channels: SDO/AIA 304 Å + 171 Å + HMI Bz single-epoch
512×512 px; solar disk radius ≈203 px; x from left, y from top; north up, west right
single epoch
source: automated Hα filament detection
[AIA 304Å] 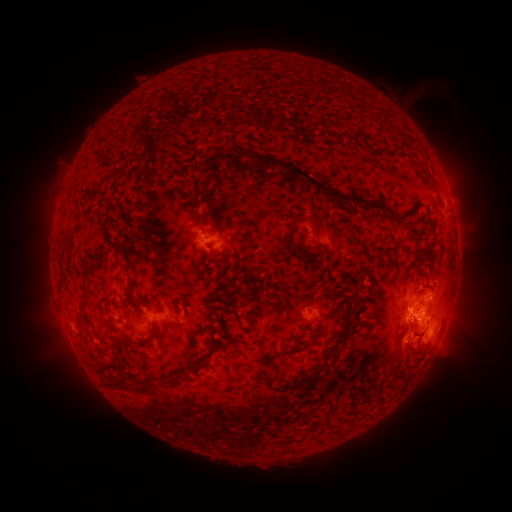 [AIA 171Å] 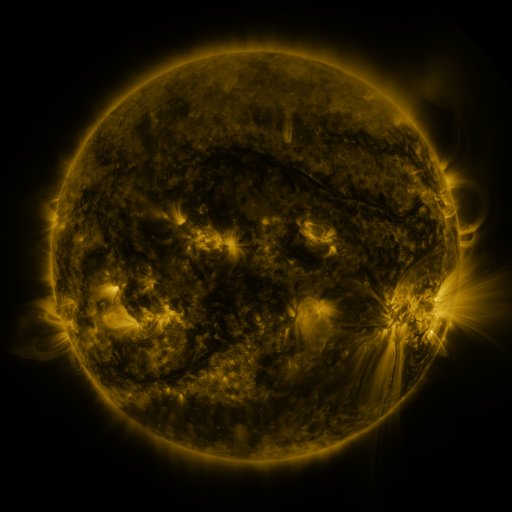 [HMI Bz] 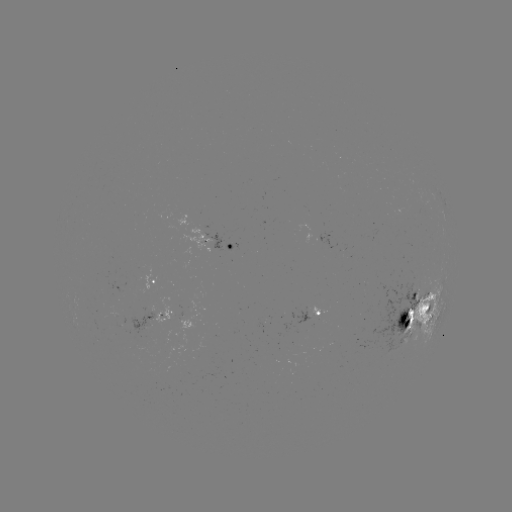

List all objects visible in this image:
filament: [288, 80, 299, 89]
filament: [96, 139, 106, 149]
filament: [228, 152, 243, 165]
filament: [243, 156, 402, 230]
filament: [205, 162, 220, 183]
filament: [115, 169, 127, 182]
filament: [360, 188, 369, 197]
filament: [200, 189, 219, 227]
filament: [435, 191, 442, 202]
filament: [189, 206, 209, 234]
filament: [124, 209, 135, 224]
filament: [229, 218, 241, 230]
filament: [277, 225, 298, 248]
filament: [120, 228, 131, 237]
filament: [391, 235, 404, 250]
filament: [100, 238, 148, 281]
filament: [237, 240, 248, 247]
filament: [128, 250, 138, 264]
filament: [364, 266, 376, 294]
filament: [126, 278, 154, 311]
filament: [99, 284, 115, 295]
filament: [226, 287, 251, 300]
filament: [305, 289, 315, 300]
filament: [150, 290, 165, 314]
filament: [344, 296, 362, 332]
filament: [423, 302, 431, 311]
filament: [256, 303, 351, 393]
filament: [130, 310, 138, 320]
filament: [221, 316, 230, 330]
filament: [326, 327, 340, 344]
filament: [412, 327, 426, 338]
filament: [97, 328, 166, 377]
filament: [189, 331, 199, 341]
filament: [209, 336, 222, 352]
filament: [258, 339, 301, 371]
filament: [182, 345, 196, 357]
filament: [202, 350, 212, 359]
filament: [189, 355, 212, 373]
filament: [270, 370, 279, 382]
filament: [175, 371, 184, 379]
filament: [106, 377, 129, 391]
filament: [161, 377, 185, 391]
filament: [134, 380, 160, 396]
